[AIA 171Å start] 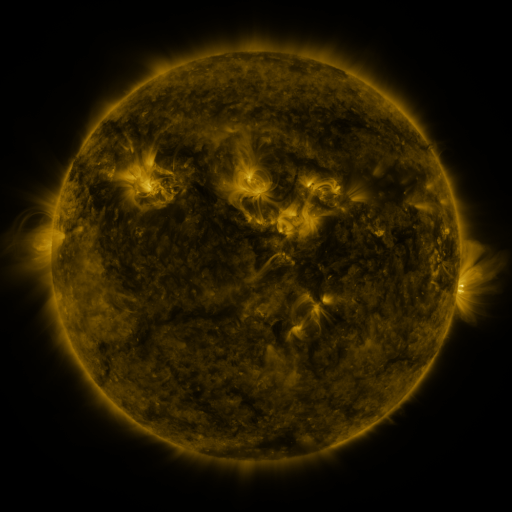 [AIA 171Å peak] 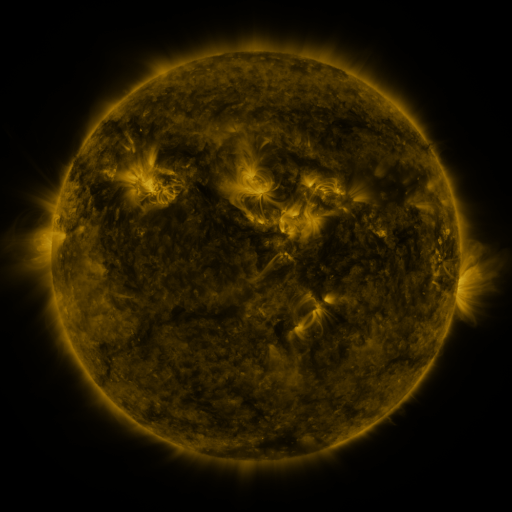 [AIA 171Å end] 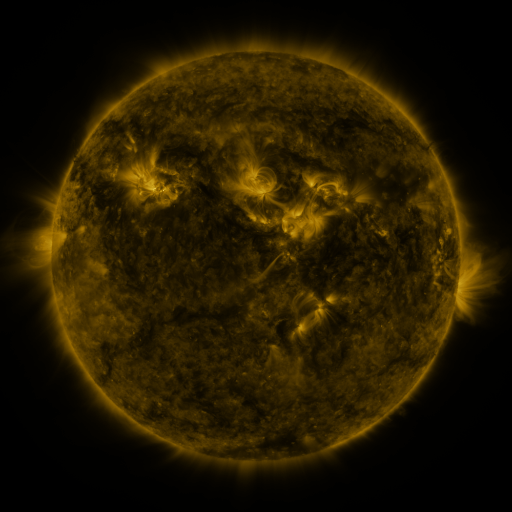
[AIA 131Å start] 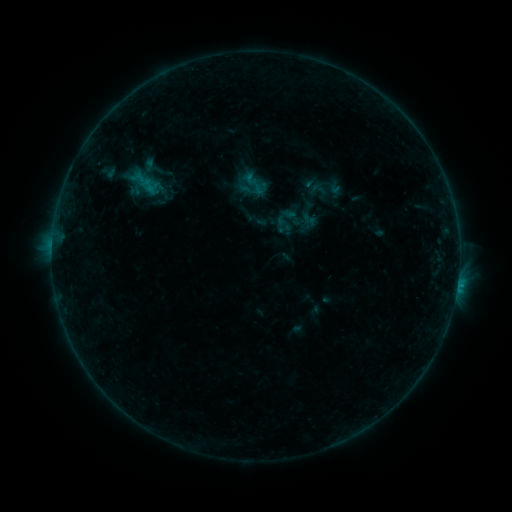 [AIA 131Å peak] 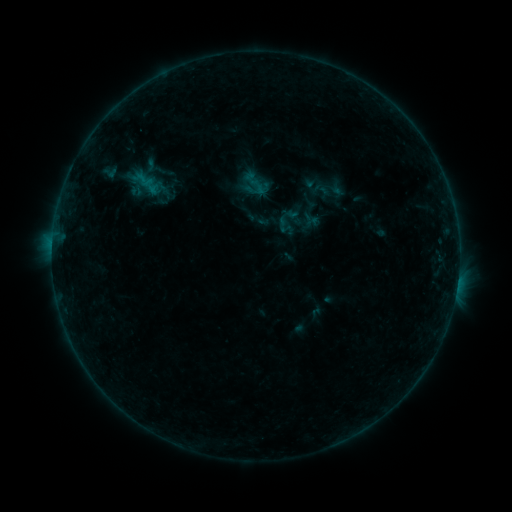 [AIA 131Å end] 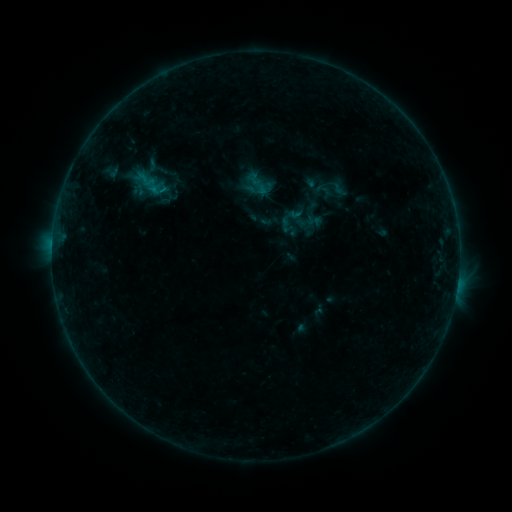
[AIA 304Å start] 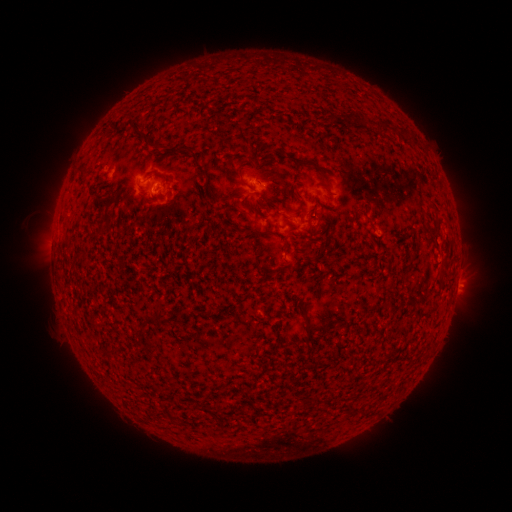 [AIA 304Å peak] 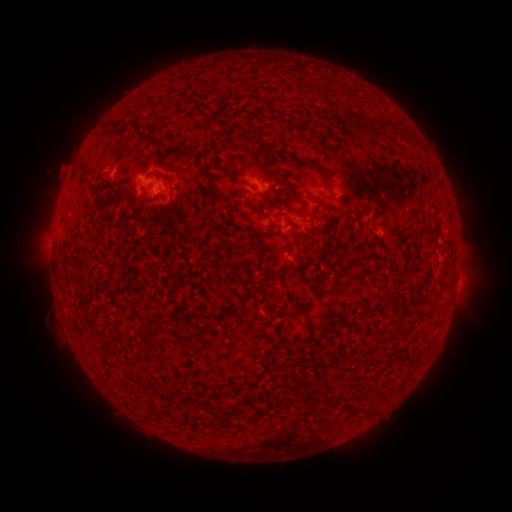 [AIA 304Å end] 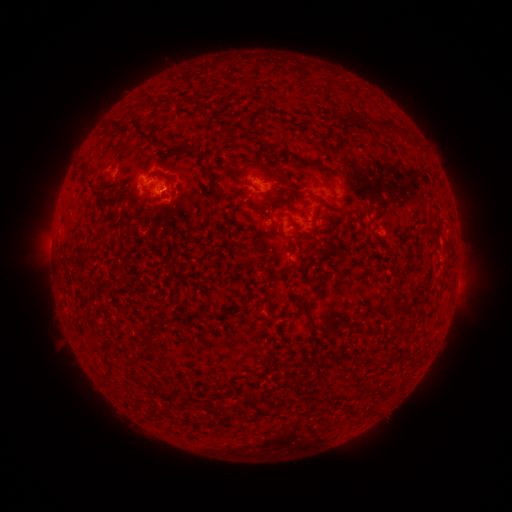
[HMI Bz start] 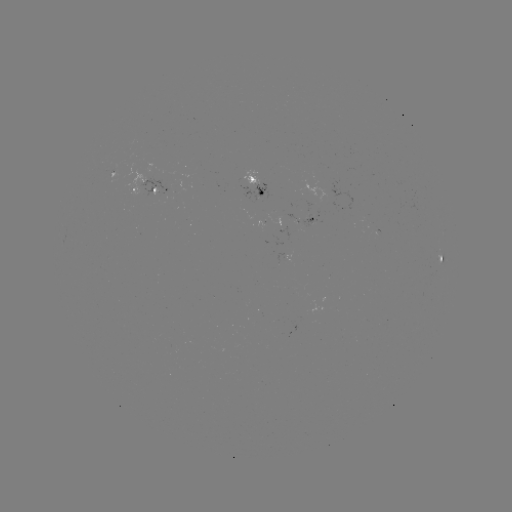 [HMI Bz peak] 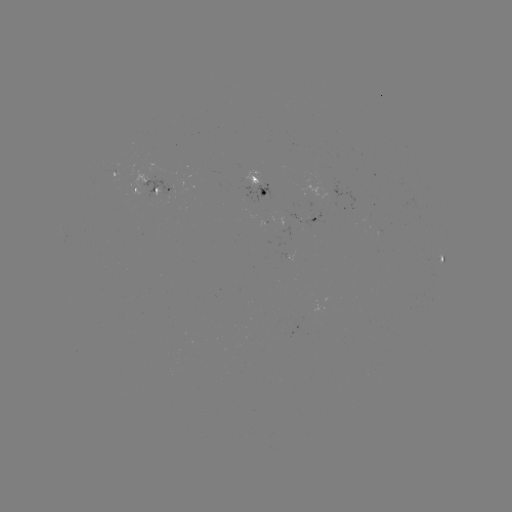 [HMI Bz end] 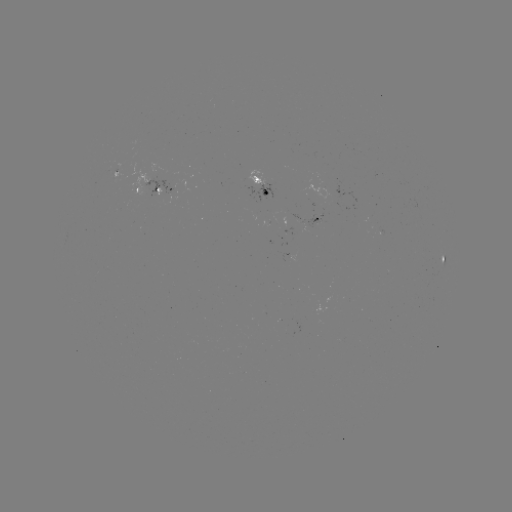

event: filament eruption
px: (51, 143)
